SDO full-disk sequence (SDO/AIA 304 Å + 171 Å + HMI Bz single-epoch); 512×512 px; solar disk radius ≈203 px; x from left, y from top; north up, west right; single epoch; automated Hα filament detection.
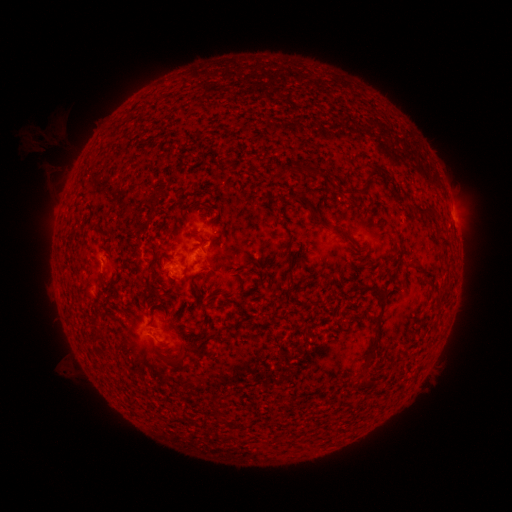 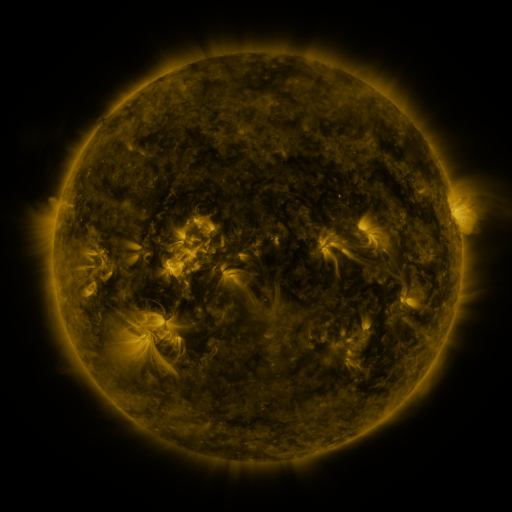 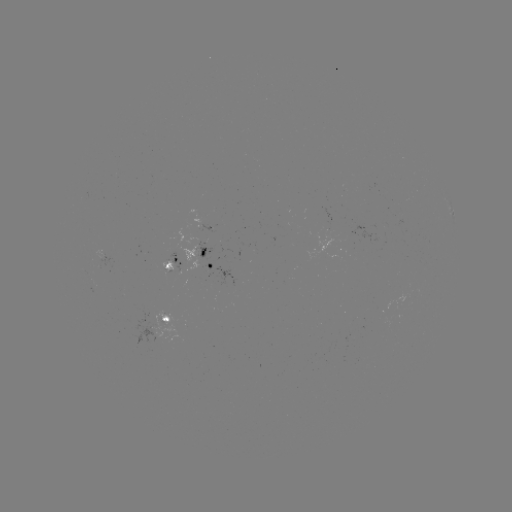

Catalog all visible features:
filament: (326, 175)
filament: (365, 183)
filament: (427, 207)
filament: (317, 217)
filament: (442, 235)
filament: (289, 257)
filament: (150, 262)
filament: (422, 266)
filament: (359, 281)
filament: (241, 283)
filament: (153, 289)
filament: (196, 291)
filament: (376, 325)
filament: (190, 343)
filament: (175, 359)
